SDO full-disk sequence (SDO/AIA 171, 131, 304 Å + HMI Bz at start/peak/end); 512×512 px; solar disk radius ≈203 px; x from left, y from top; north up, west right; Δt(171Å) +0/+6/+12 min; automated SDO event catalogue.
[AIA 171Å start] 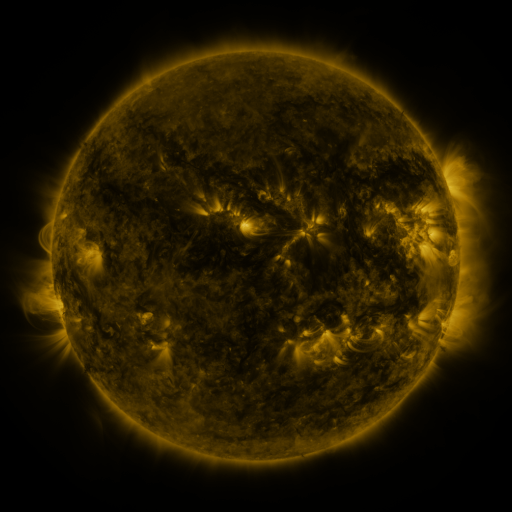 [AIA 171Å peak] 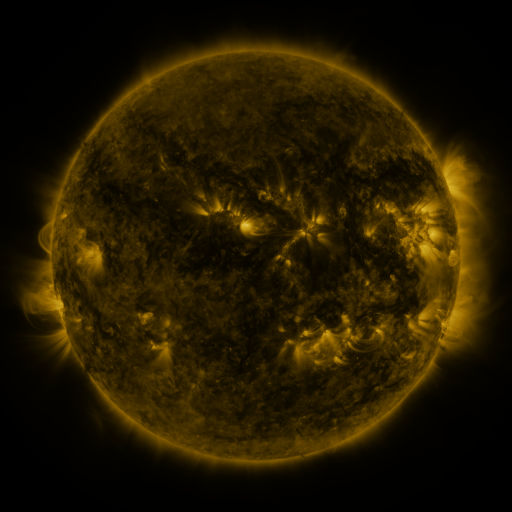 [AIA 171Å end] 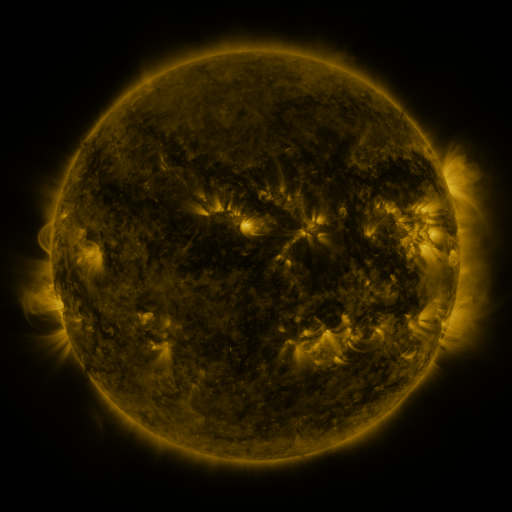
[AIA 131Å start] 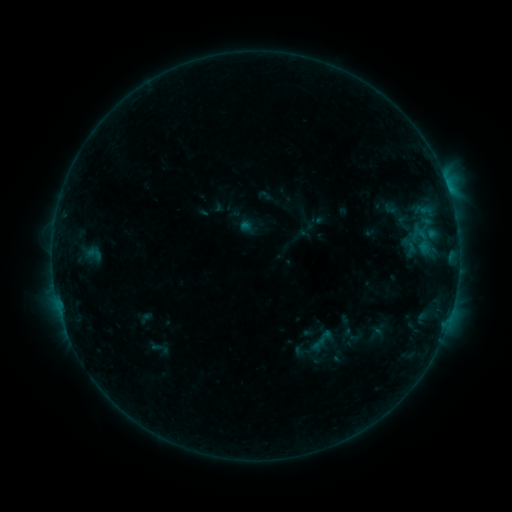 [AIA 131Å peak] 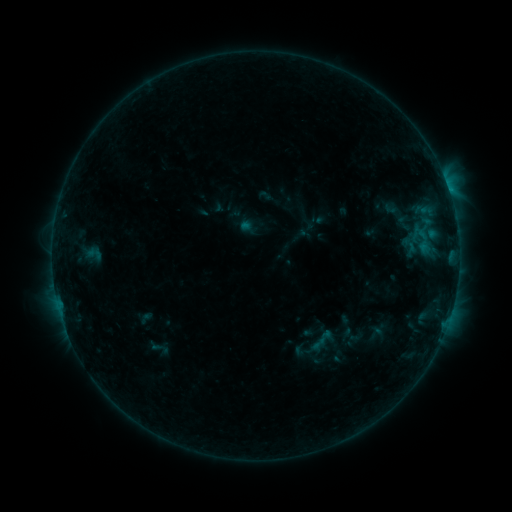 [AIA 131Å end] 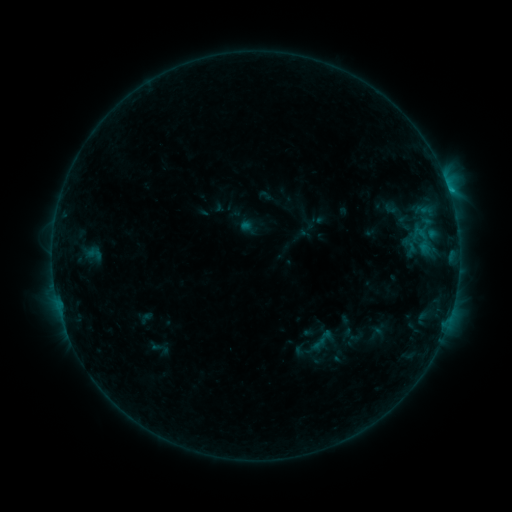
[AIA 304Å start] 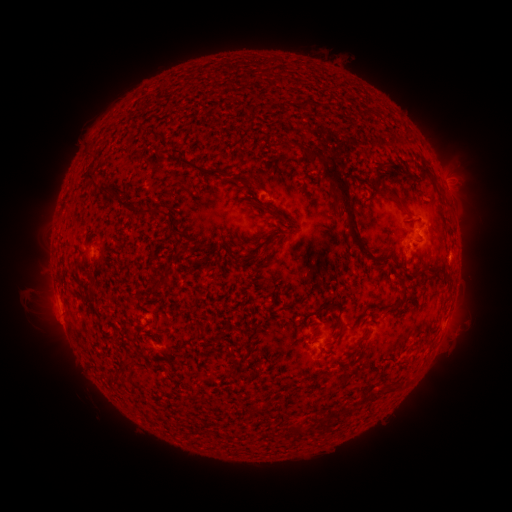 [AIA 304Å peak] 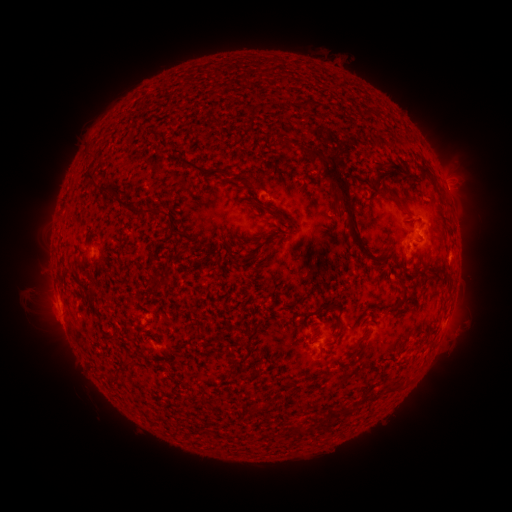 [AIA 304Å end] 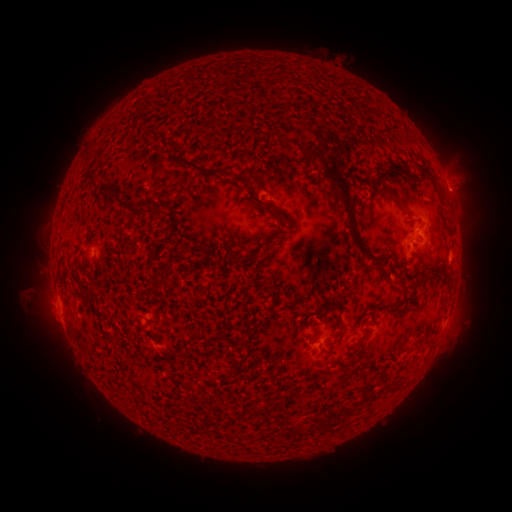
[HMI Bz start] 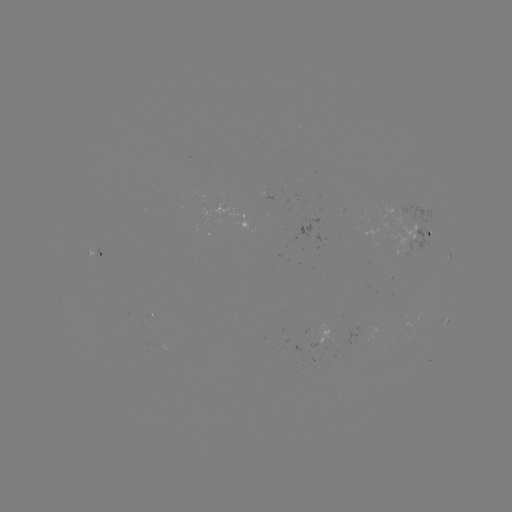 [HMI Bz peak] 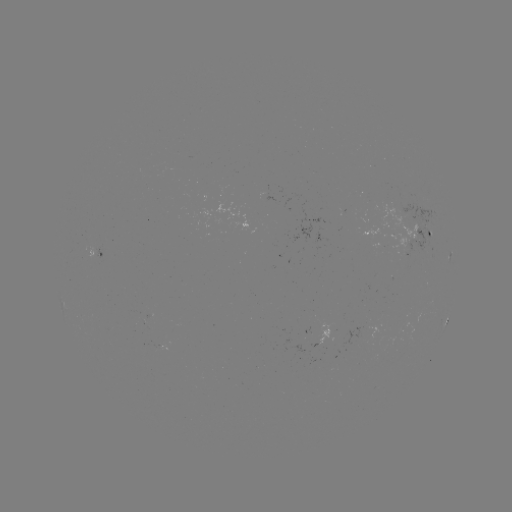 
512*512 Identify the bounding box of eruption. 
[431, 169, 485, 221].